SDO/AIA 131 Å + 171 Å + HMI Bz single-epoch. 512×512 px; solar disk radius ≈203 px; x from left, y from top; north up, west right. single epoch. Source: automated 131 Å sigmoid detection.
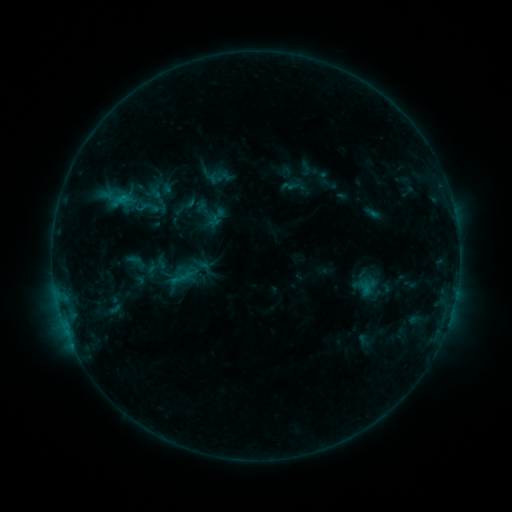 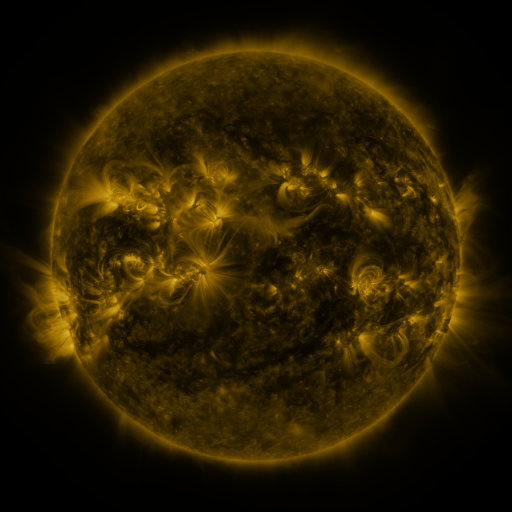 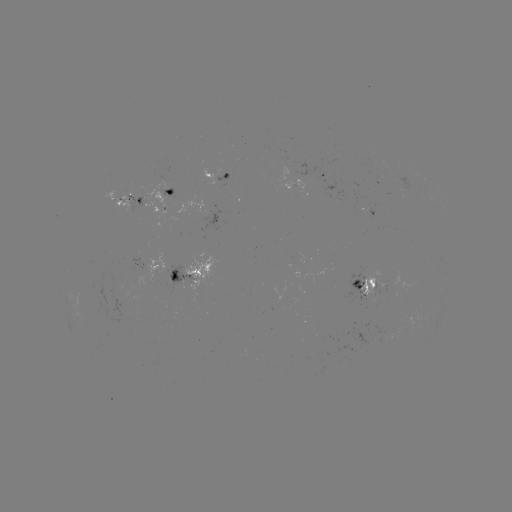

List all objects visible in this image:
sigmoid: (215, 174)
